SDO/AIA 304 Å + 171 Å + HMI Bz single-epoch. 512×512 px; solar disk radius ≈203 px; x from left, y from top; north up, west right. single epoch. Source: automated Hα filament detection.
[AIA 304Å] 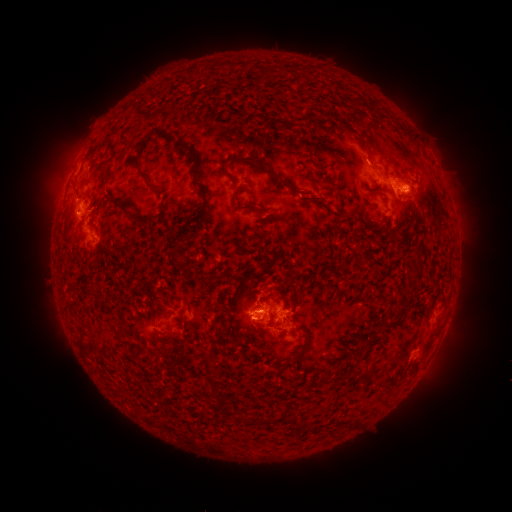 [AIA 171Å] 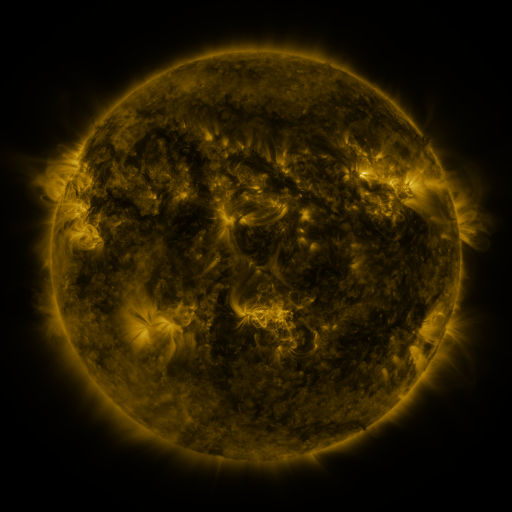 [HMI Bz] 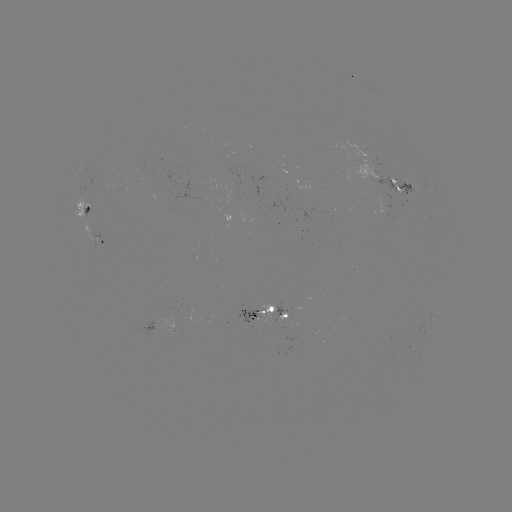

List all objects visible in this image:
filament: (366, 146)
filament: (190, 148)
filament: (274, 174)
filament: (147, 180)
filament: (203, 193)
filament: (121, 203)
filament: (144, 220)
filament: (198, 223)
filament: (271, 295)
filament: (258, 320)
filament: (294, 362)
